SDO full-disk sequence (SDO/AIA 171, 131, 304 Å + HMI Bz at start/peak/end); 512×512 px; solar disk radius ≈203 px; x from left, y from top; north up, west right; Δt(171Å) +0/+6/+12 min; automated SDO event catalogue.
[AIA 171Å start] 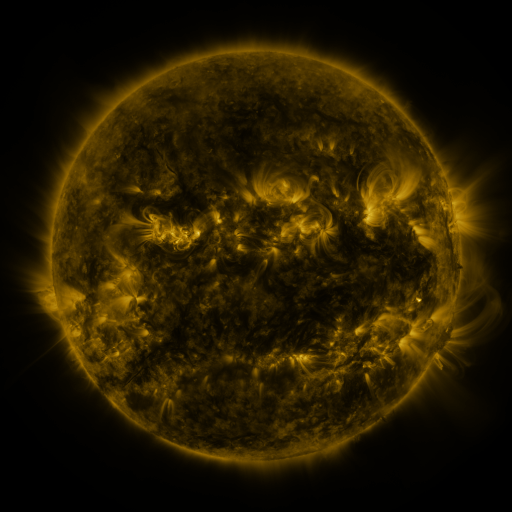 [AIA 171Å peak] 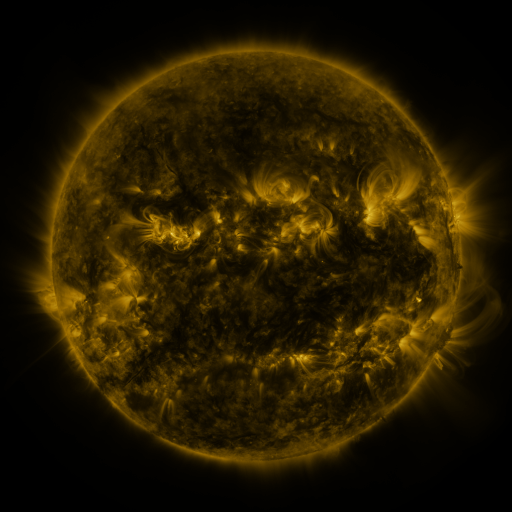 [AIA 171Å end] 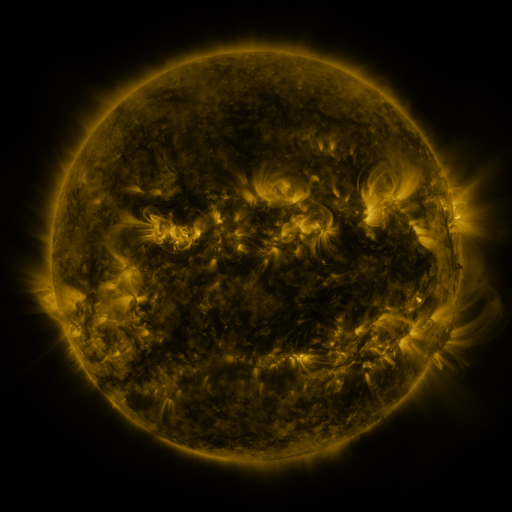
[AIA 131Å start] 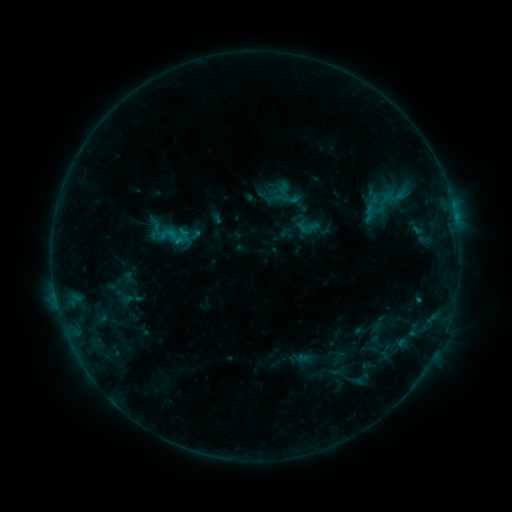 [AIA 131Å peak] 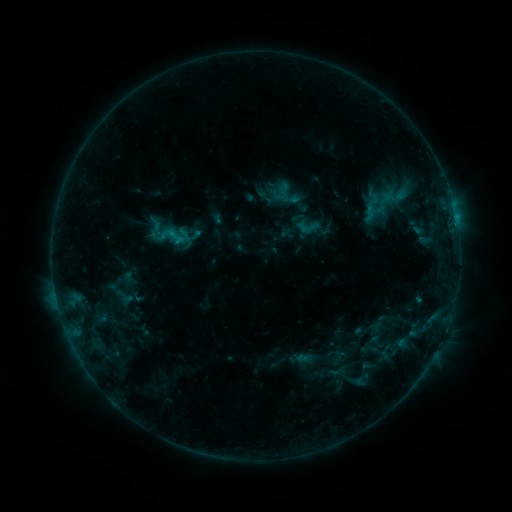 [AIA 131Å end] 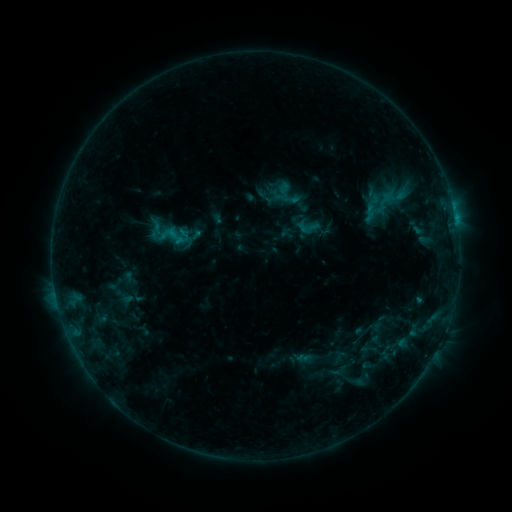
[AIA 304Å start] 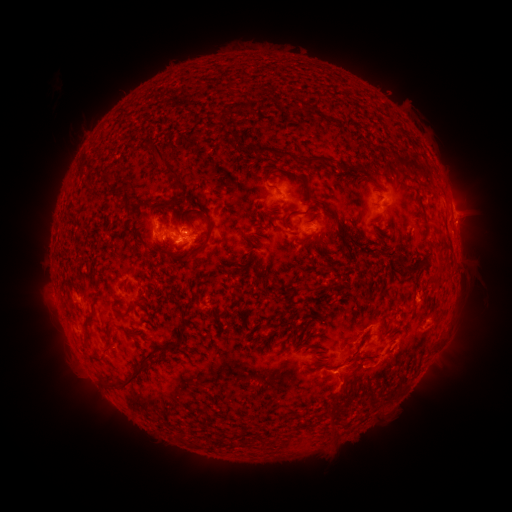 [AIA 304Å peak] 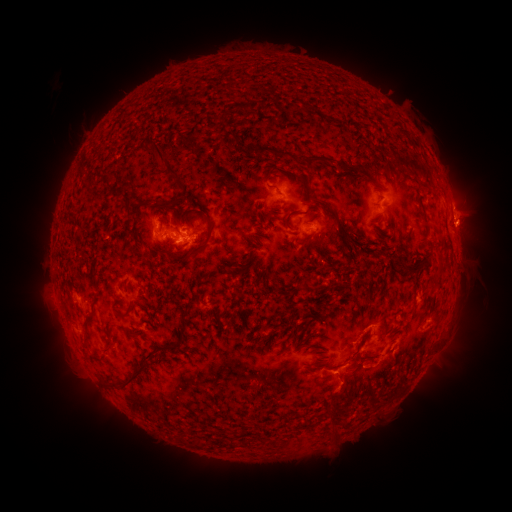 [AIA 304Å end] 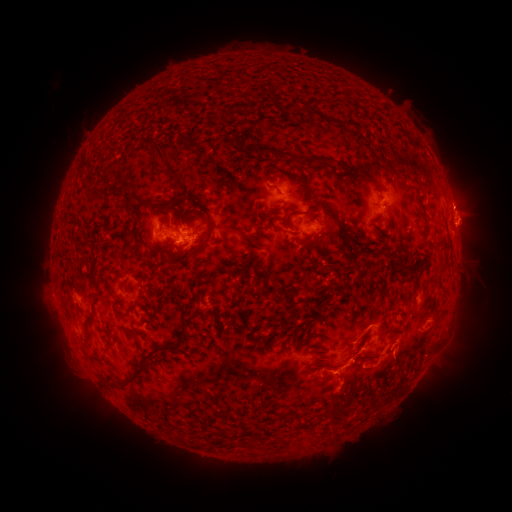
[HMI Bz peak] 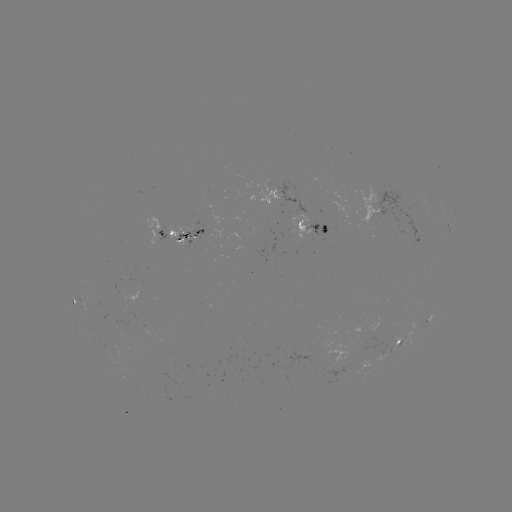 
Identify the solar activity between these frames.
eruption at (469, 227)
